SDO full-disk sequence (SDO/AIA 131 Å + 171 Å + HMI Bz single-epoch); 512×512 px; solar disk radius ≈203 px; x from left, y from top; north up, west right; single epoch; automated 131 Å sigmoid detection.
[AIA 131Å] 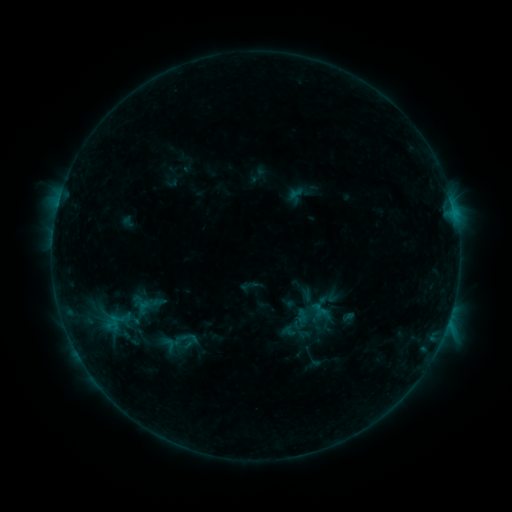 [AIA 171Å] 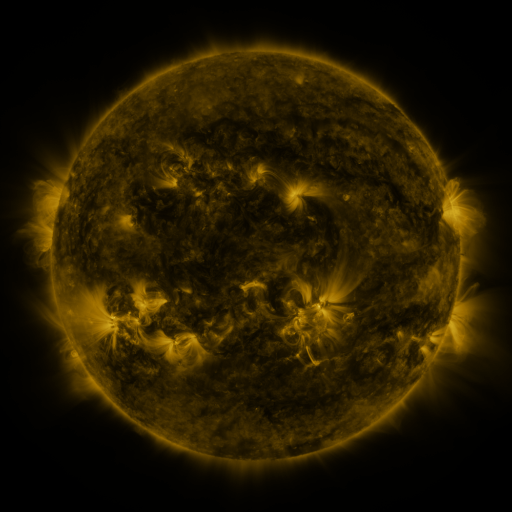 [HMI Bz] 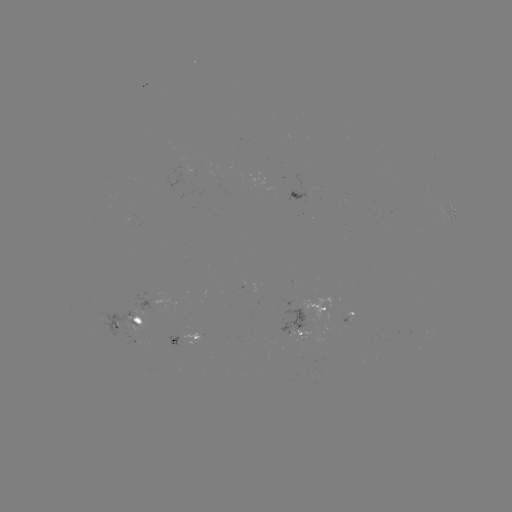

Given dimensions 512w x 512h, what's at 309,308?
sigmoid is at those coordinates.